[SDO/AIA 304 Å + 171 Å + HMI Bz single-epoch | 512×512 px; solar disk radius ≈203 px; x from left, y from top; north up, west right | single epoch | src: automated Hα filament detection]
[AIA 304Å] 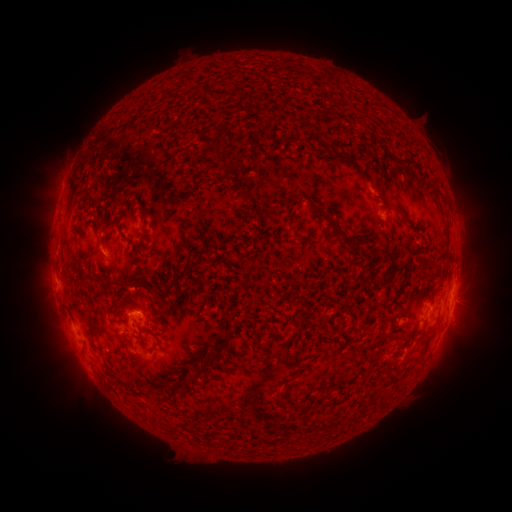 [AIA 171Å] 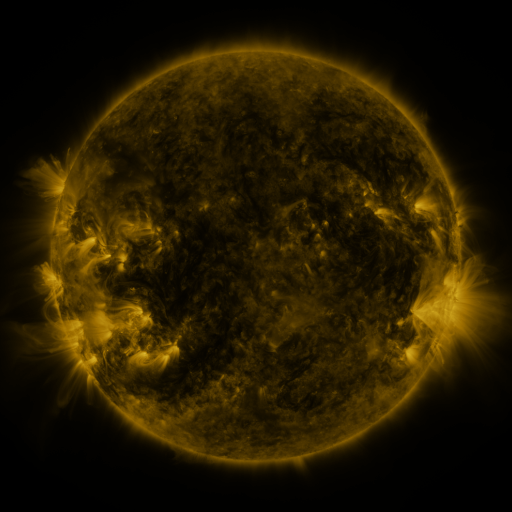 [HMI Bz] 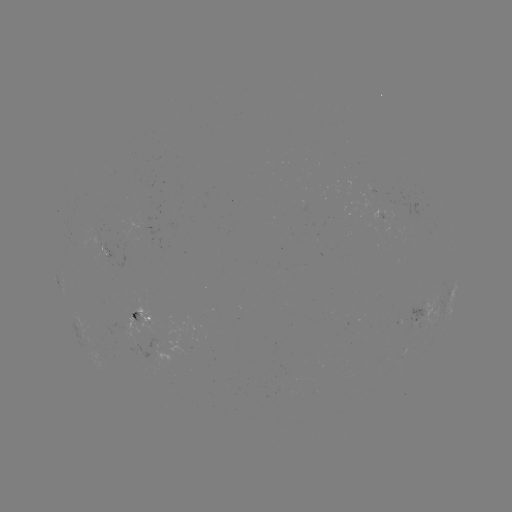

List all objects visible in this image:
filament: (260, 128)
filament: (230, 168)
filament: (244, 196)
filament: (400, 209)
filament: (333, 224)
filament: (361, 239)
filament: (352, 240)
filament: (142, 286)
filament: (69, 287)
filament: (92, 319)
filament: (140, 341)
filament: (160, 344)
filament: (224, 347)
filament: (148, 364)
filament: (210, 364)
filament: (371, 369)
filament: (123, 371)
filament: (393, 375)
